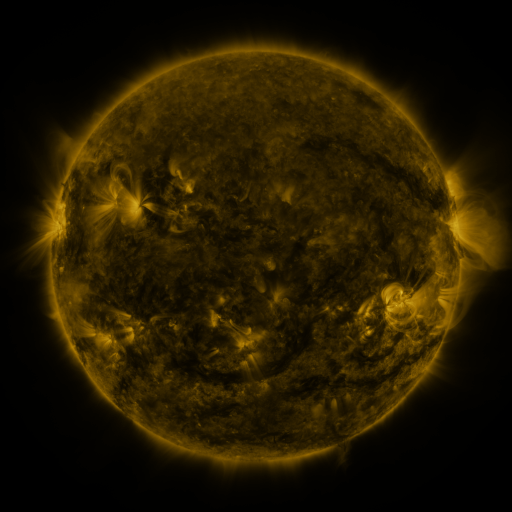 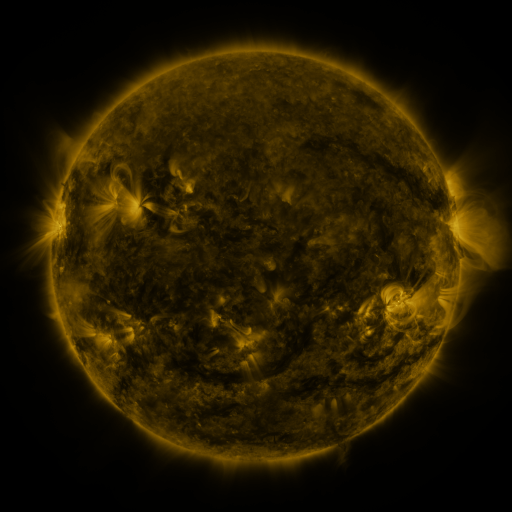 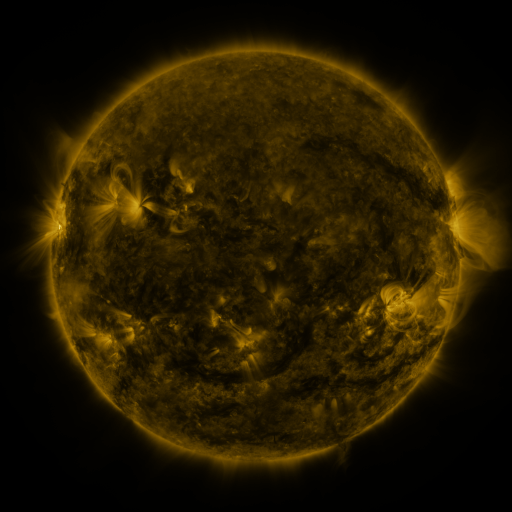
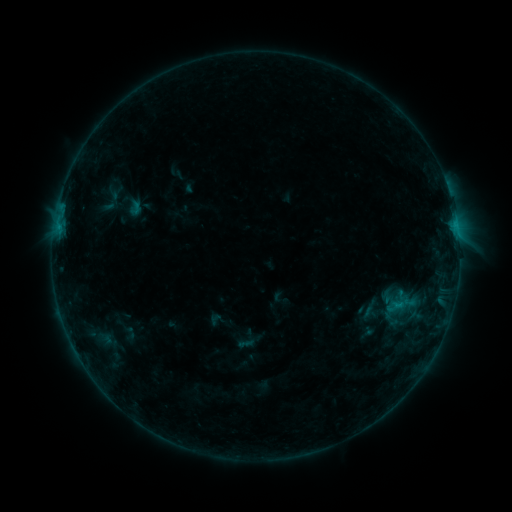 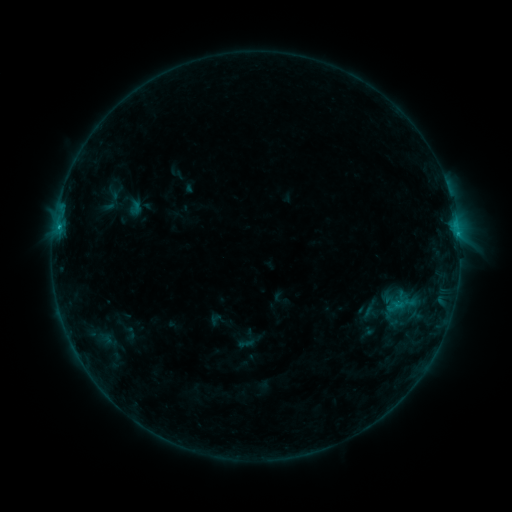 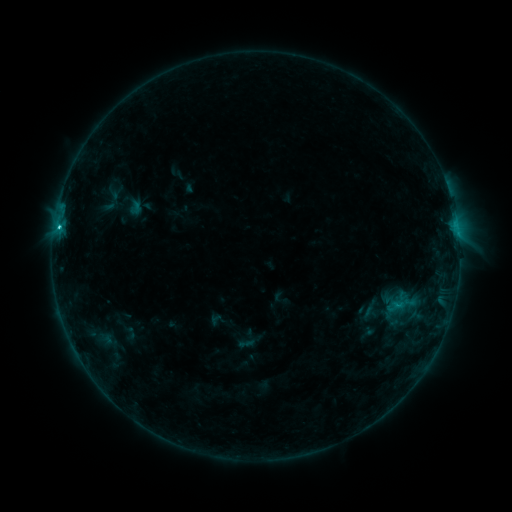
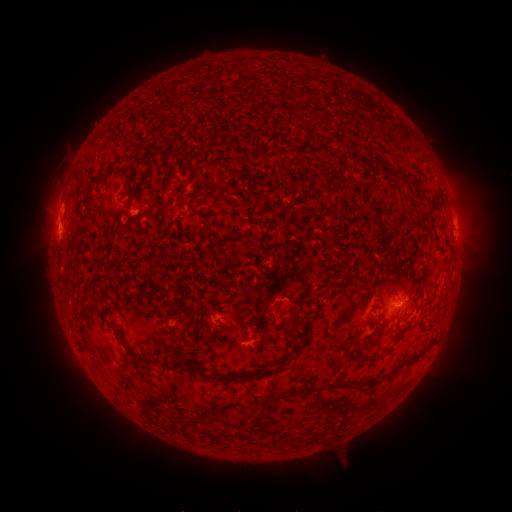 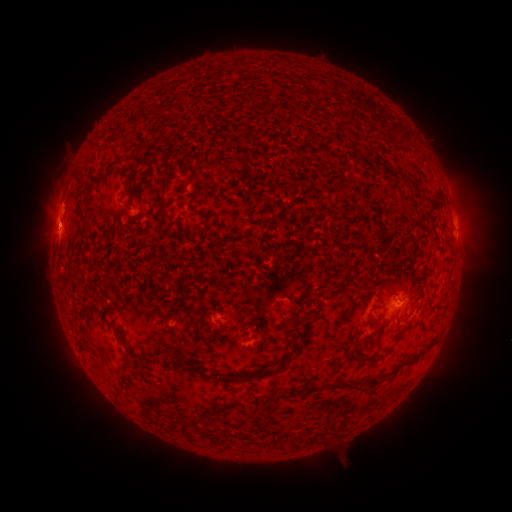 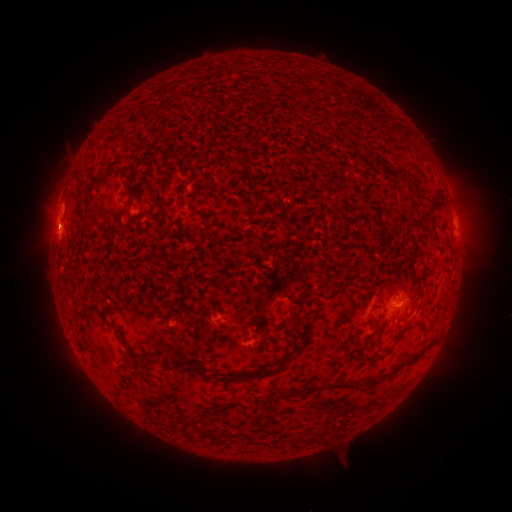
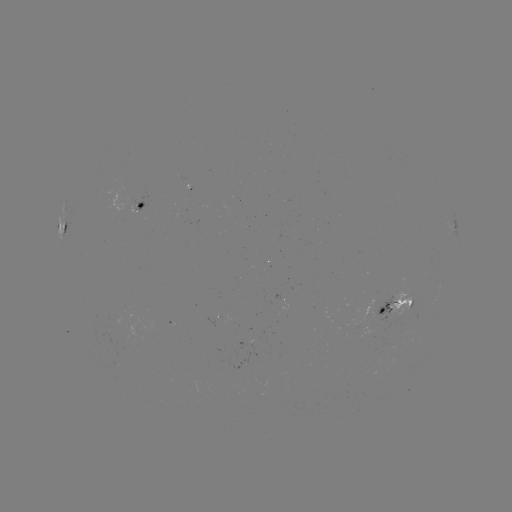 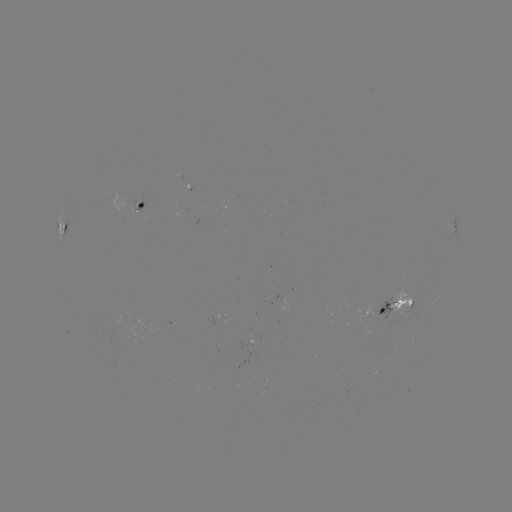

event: flare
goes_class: C3.1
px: (59, 228)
